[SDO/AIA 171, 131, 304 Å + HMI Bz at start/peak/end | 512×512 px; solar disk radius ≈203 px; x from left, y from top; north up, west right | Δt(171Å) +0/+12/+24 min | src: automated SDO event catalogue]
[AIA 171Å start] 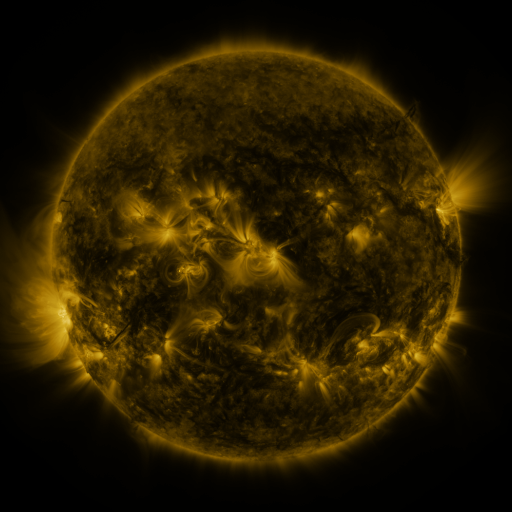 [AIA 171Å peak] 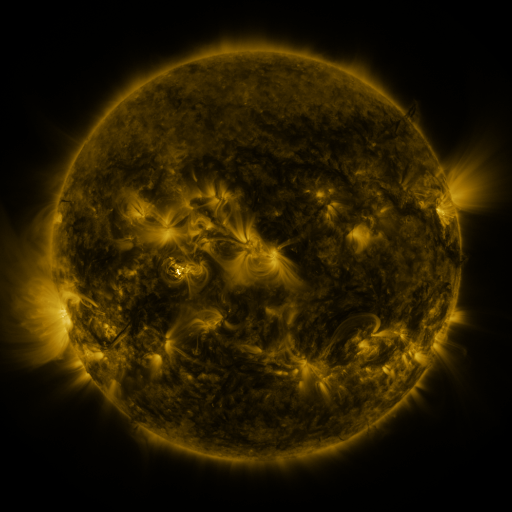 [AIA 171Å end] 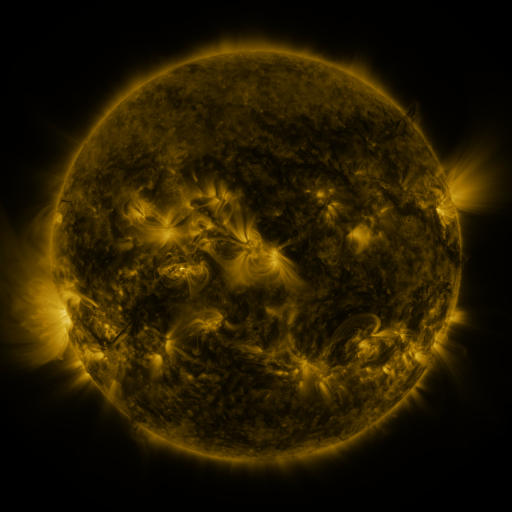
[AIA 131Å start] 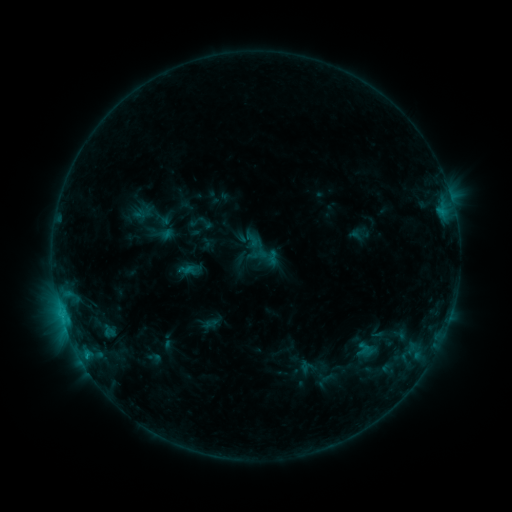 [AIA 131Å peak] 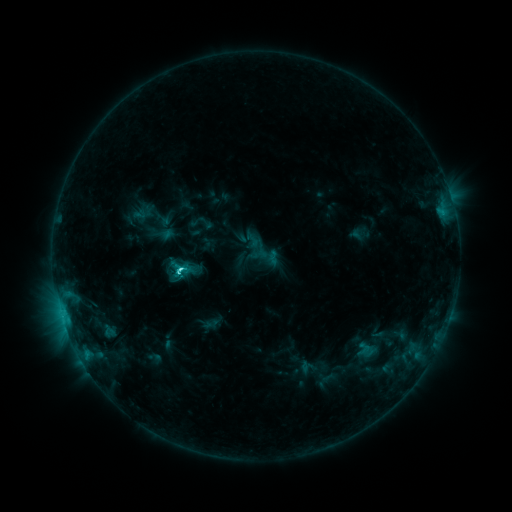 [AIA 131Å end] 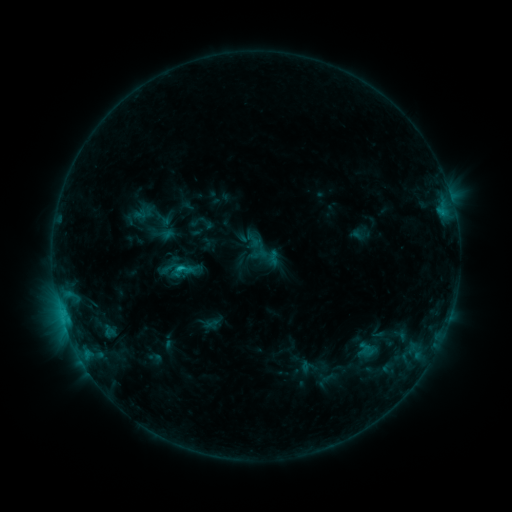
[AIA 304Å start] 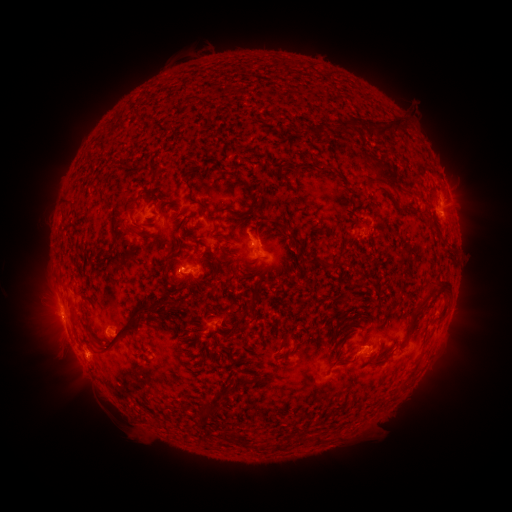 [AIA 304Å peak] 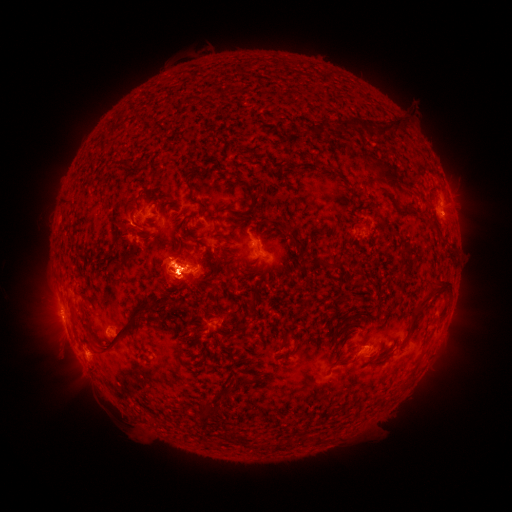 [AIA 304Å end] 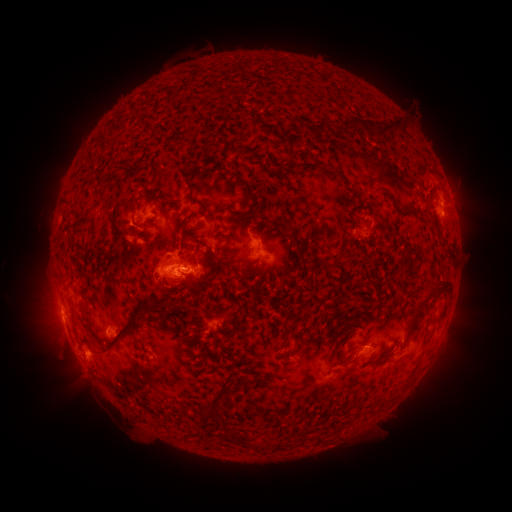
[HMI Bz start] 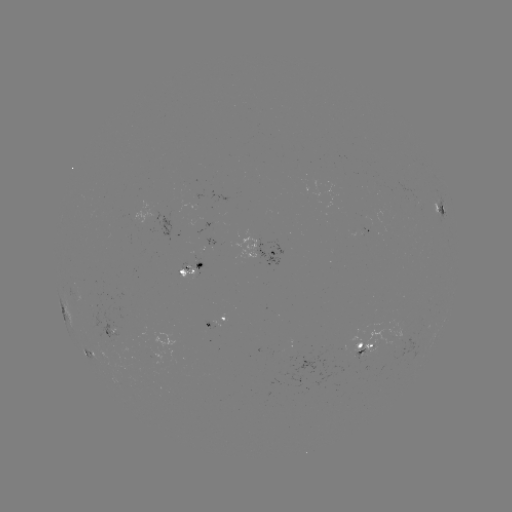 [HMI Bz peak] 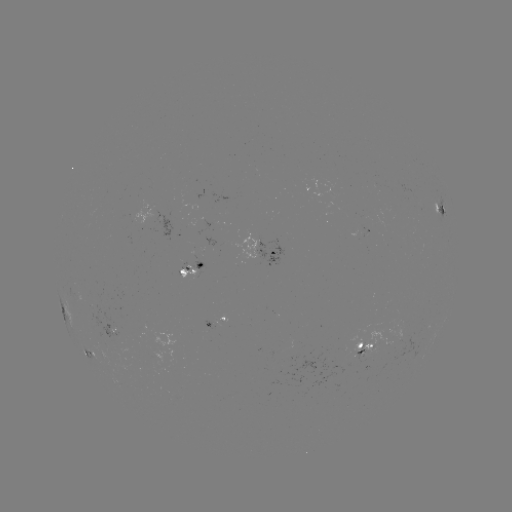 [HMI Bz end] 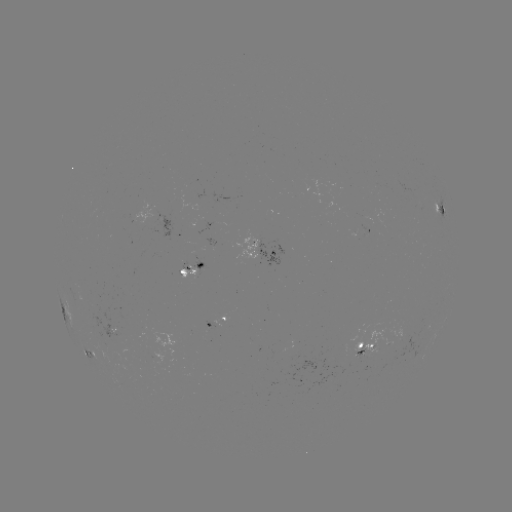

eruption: [19, 163, 292, 400]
